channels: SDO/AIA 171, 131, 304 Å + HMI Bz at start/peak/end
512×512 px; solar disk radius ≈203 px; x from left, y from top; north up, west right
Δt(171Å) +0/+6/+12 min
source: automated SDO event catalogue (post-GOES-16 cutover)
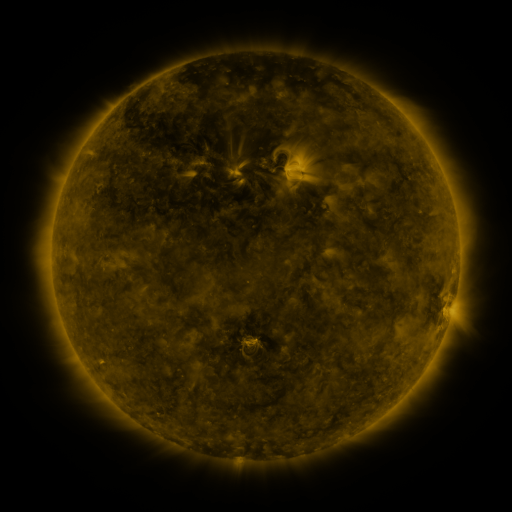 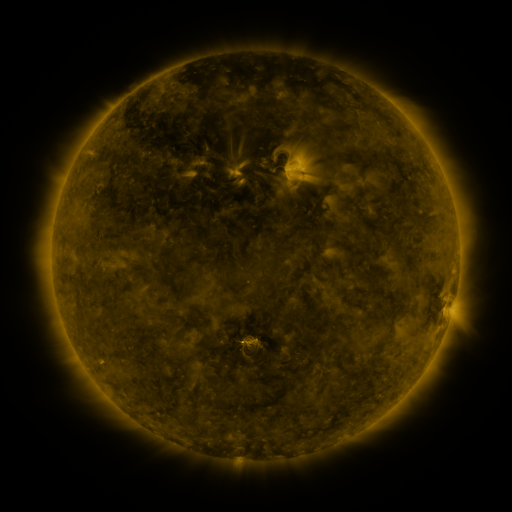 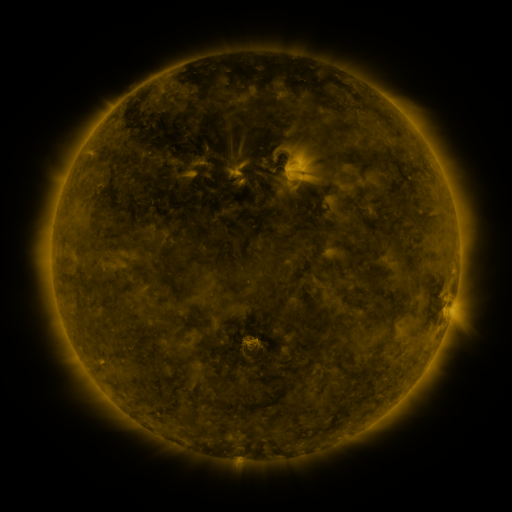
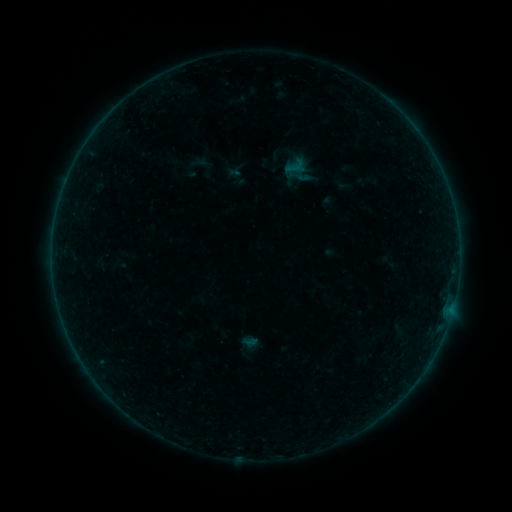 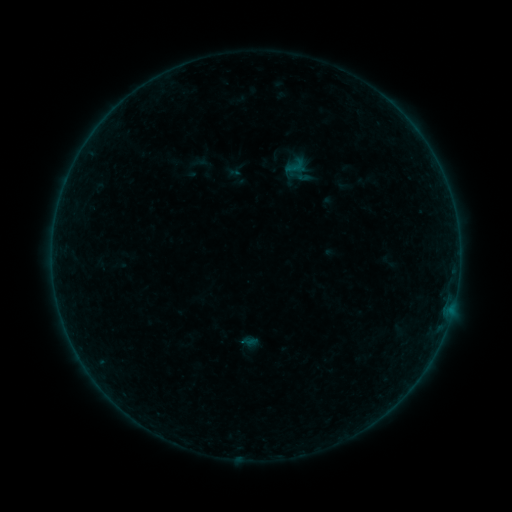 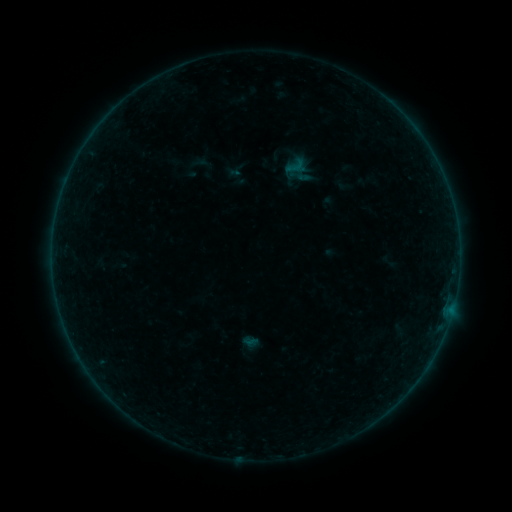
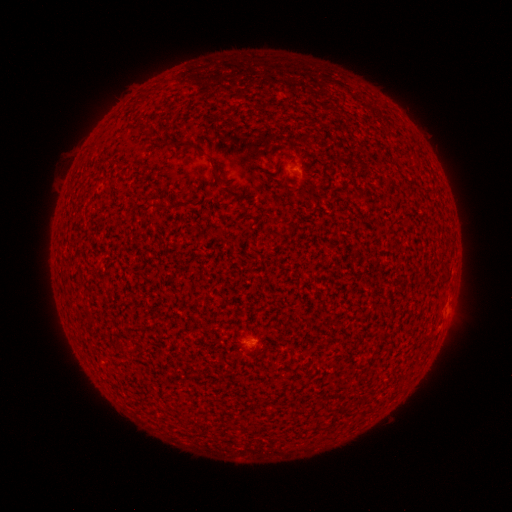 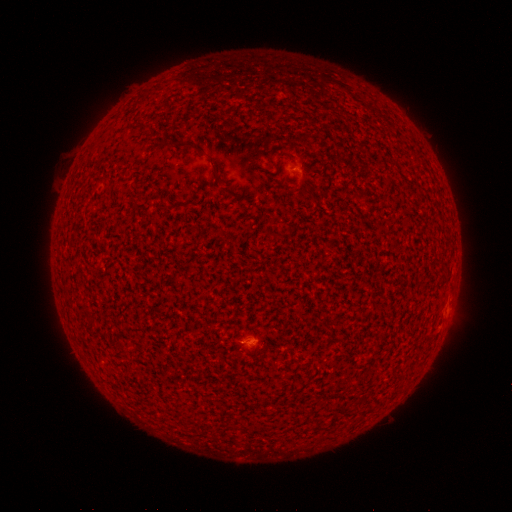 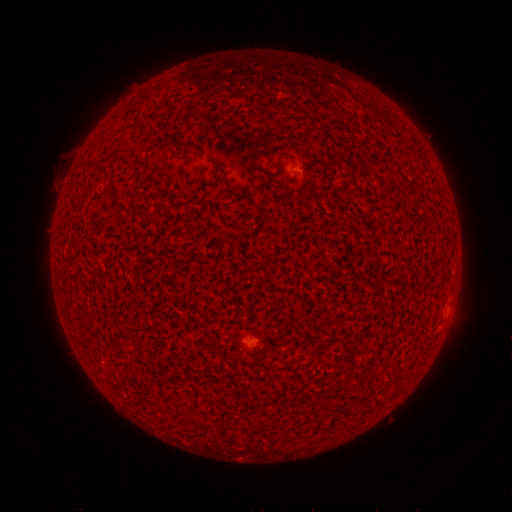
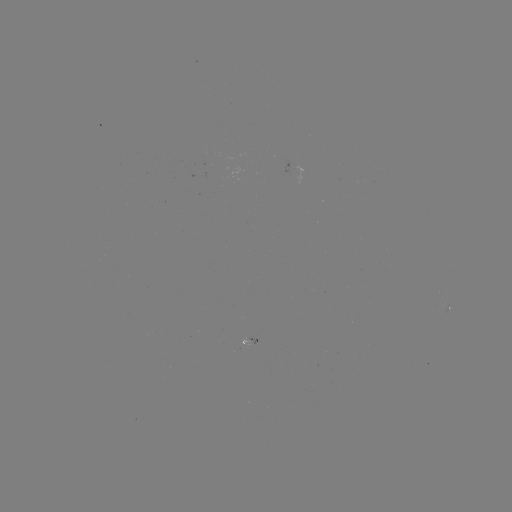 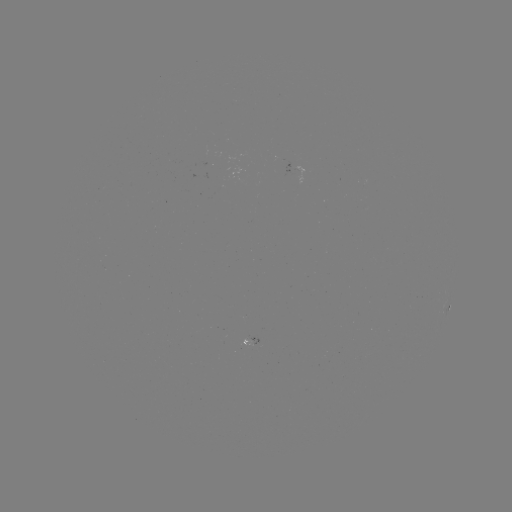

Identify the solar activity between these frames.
A4.2 flare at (242, 342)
